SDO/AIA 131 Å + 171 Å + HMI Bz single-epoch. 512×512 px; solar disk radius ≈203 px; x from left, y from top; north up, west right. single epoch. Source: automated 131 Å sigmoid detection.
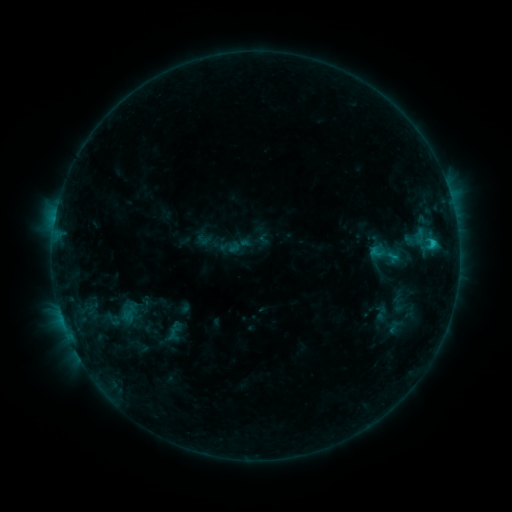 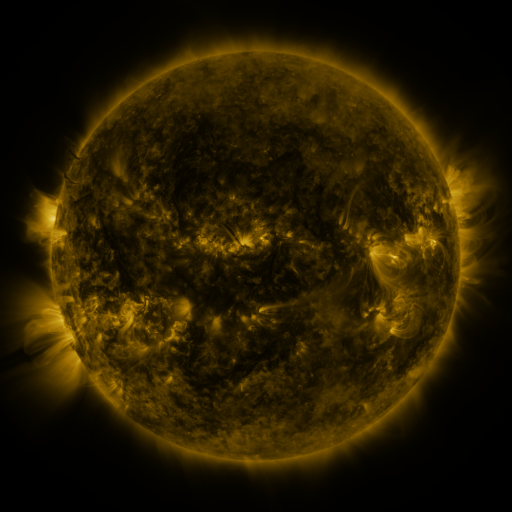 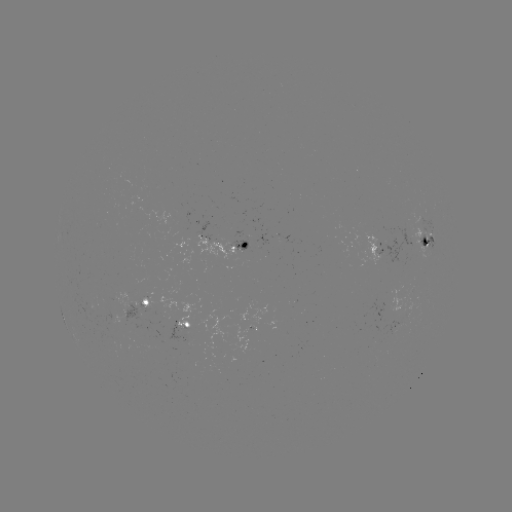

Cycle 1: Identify sigmoid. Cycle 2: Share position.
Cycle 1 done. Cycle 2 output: [386, 254].